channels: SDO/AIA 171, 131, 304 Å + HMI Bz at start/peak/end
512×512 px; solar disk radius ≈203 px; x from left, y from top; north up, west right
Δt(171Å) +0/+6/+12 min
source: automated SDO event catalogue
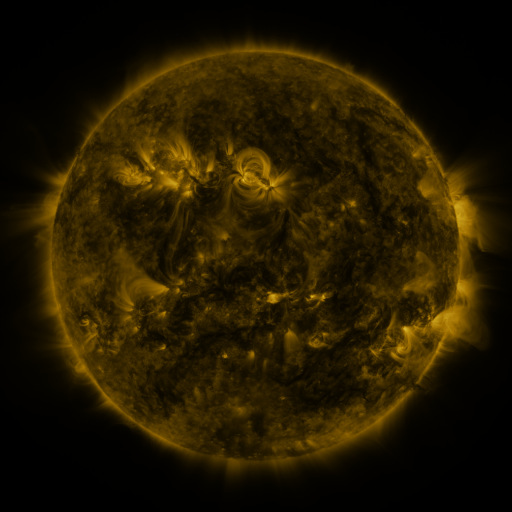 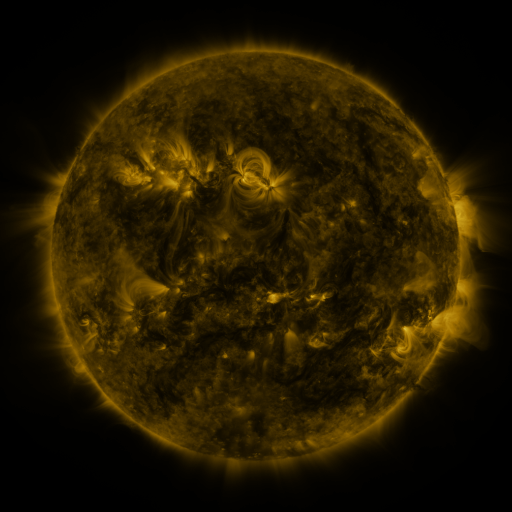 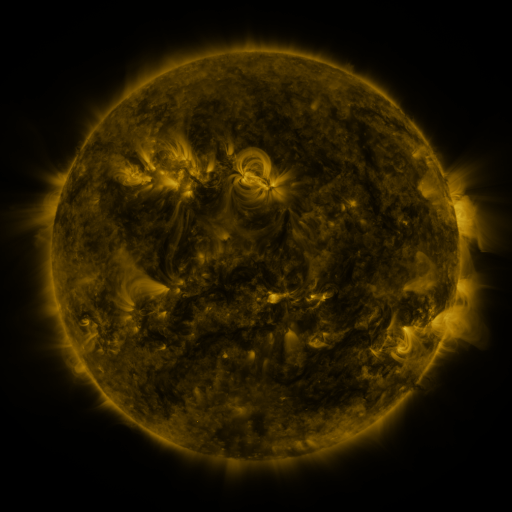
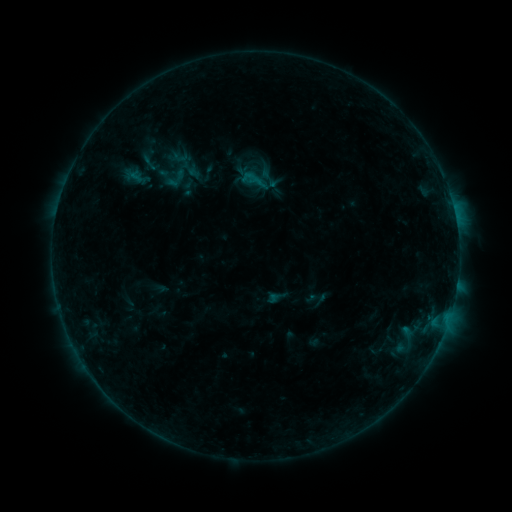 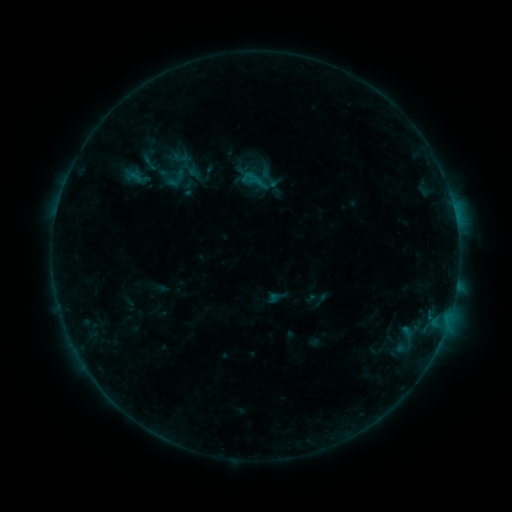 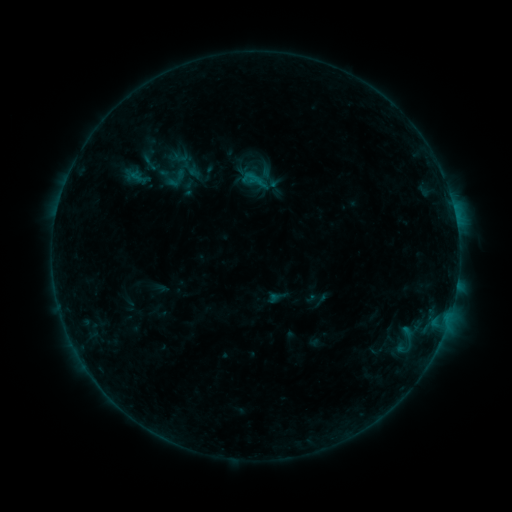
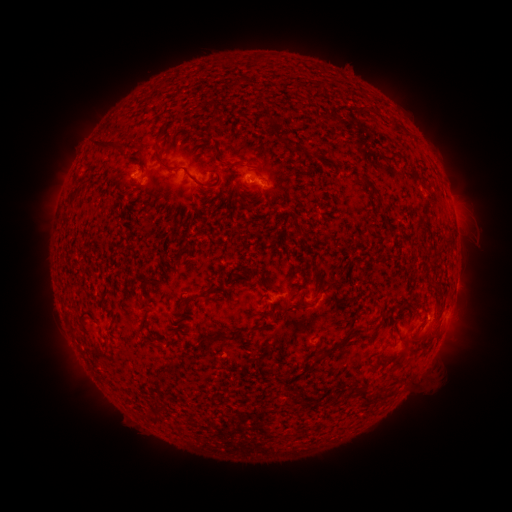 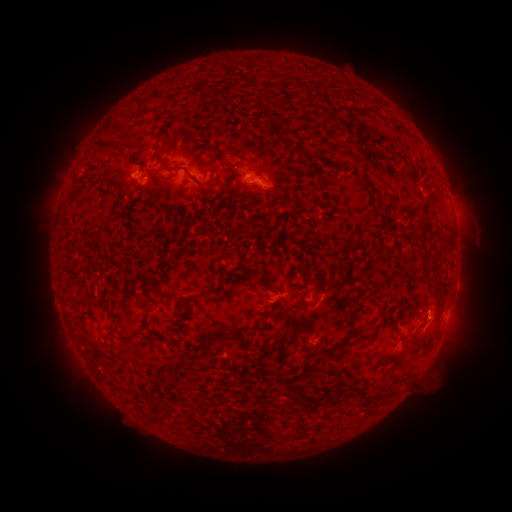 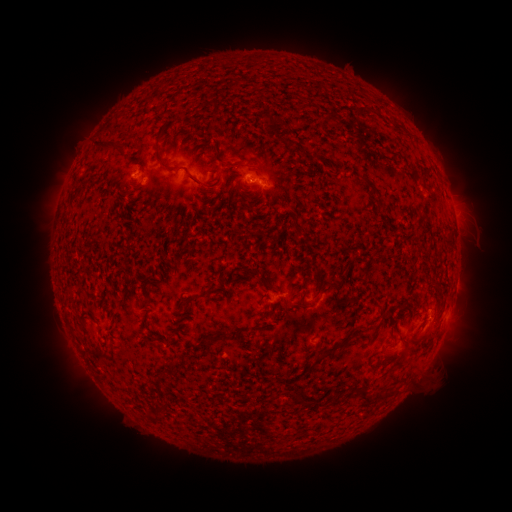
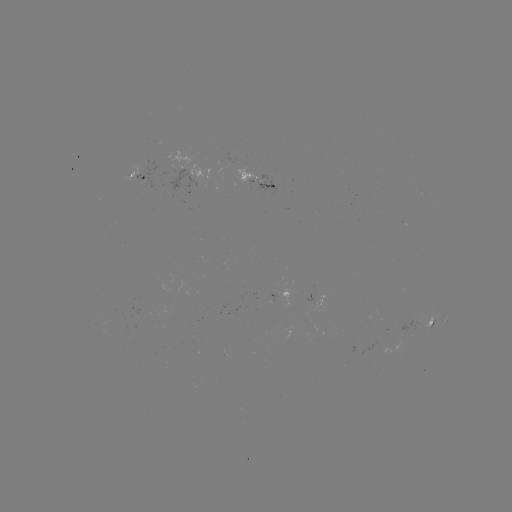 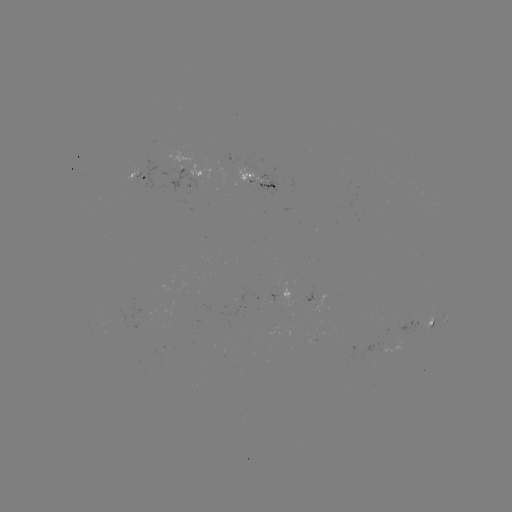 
no classed flare was catalogued and no EUV brightening was flagged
